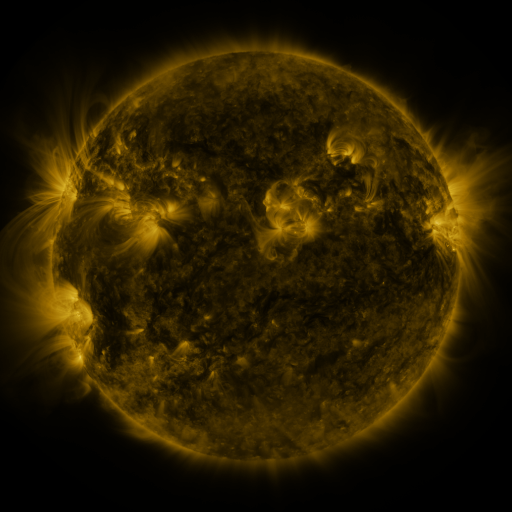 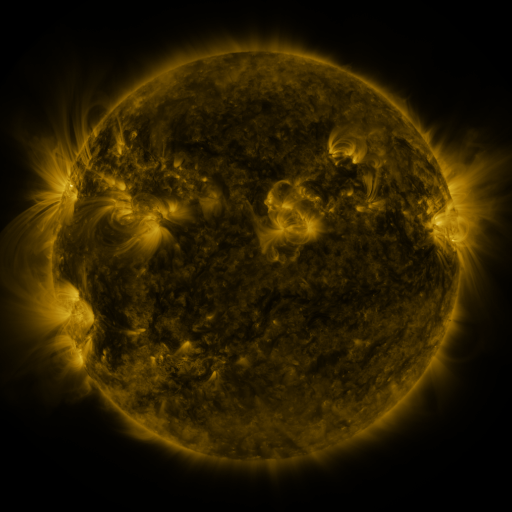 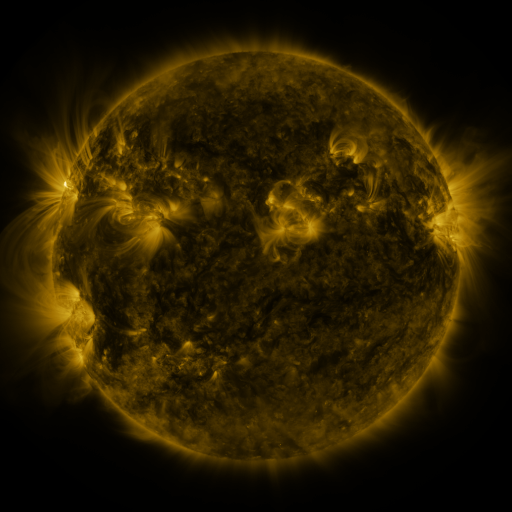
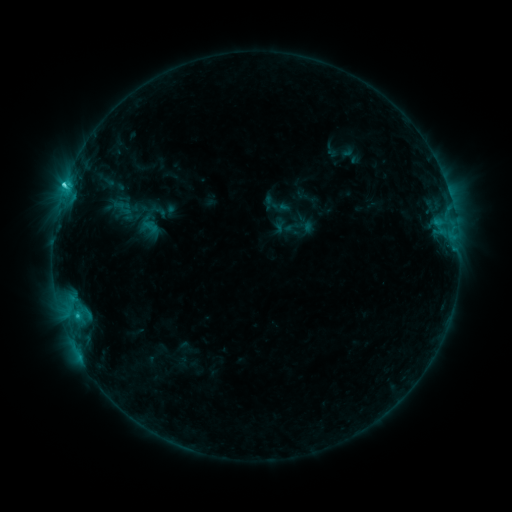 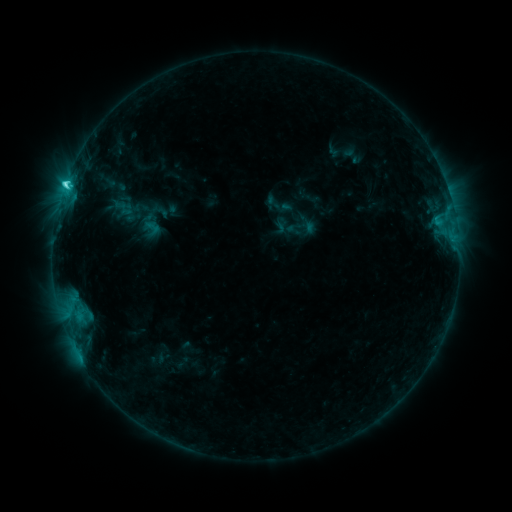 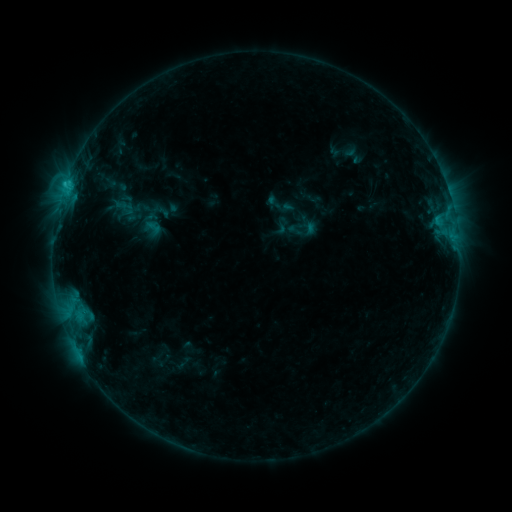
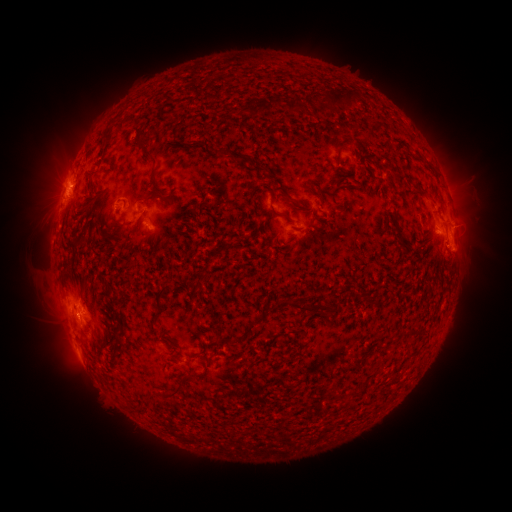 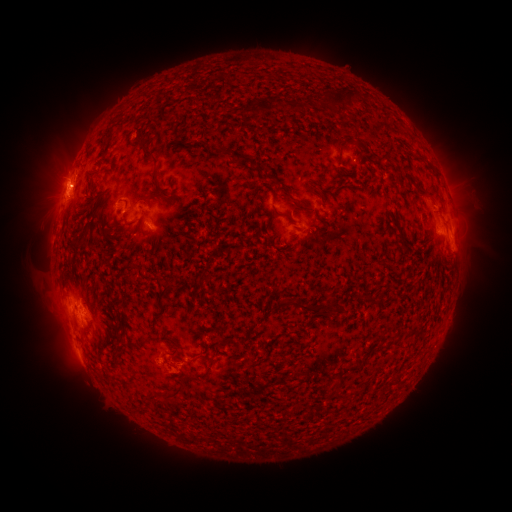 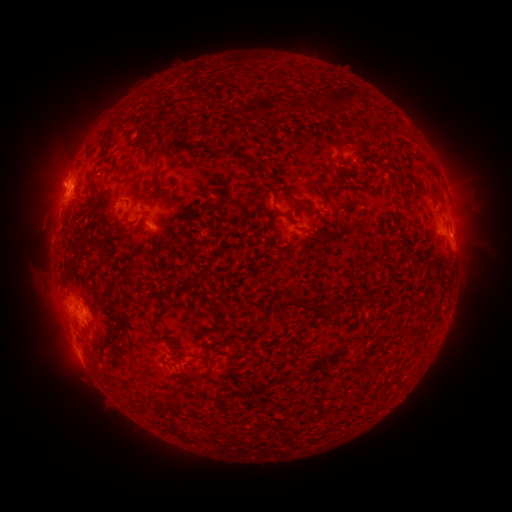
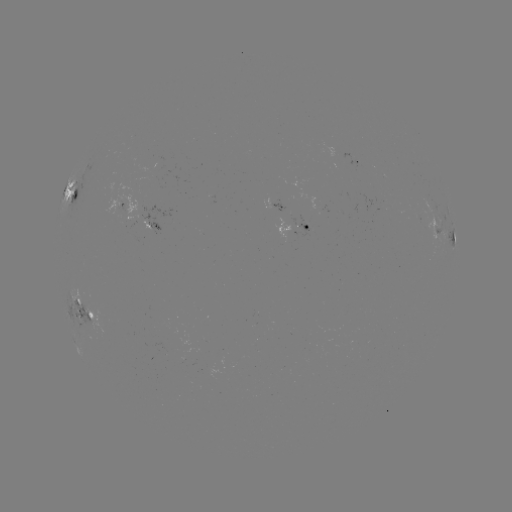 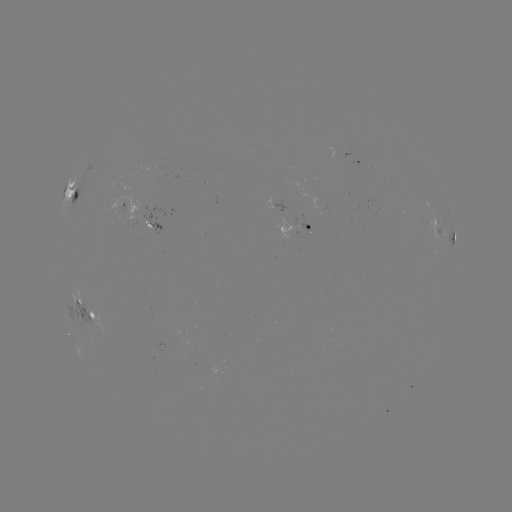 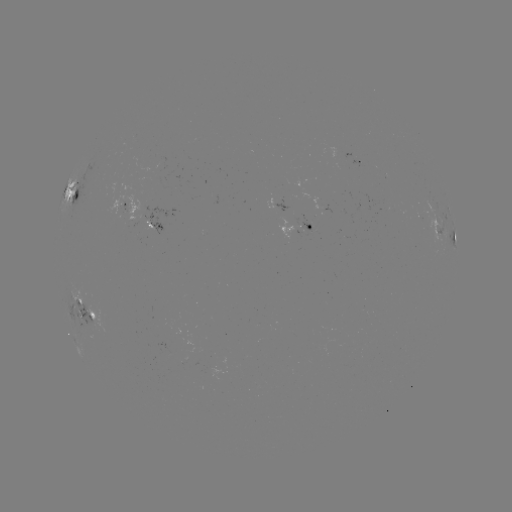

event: emerging-flux region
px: (308, 229)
